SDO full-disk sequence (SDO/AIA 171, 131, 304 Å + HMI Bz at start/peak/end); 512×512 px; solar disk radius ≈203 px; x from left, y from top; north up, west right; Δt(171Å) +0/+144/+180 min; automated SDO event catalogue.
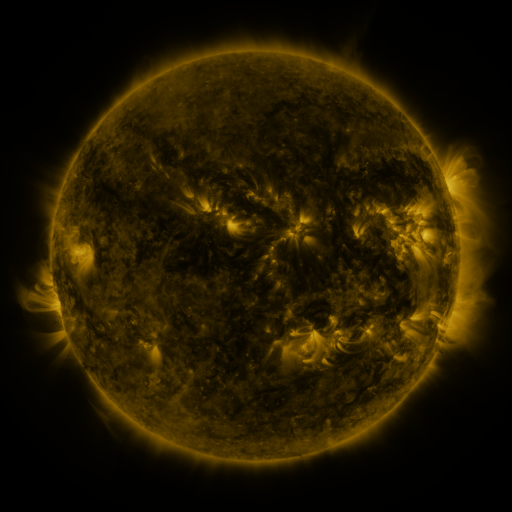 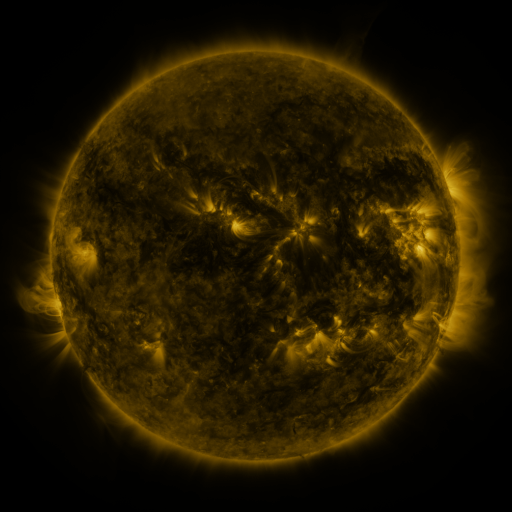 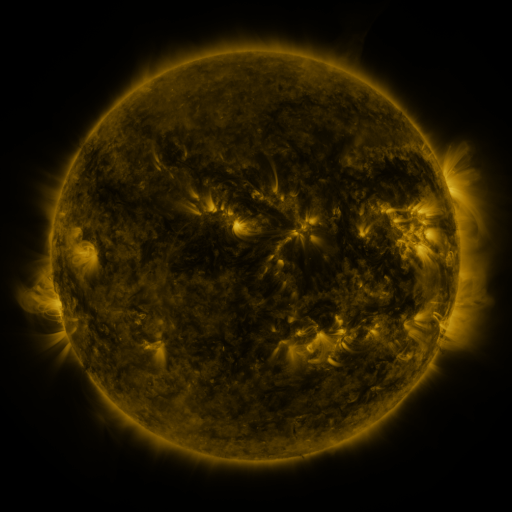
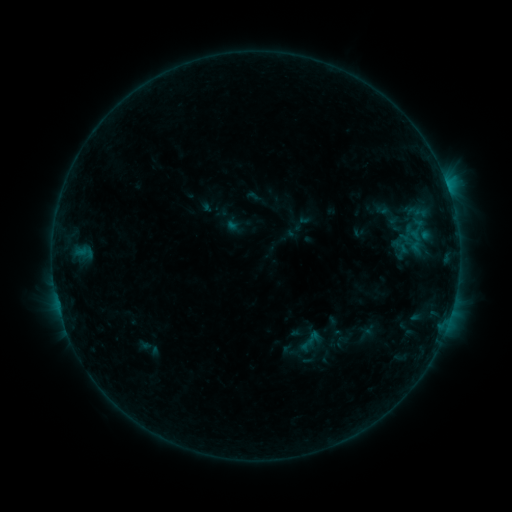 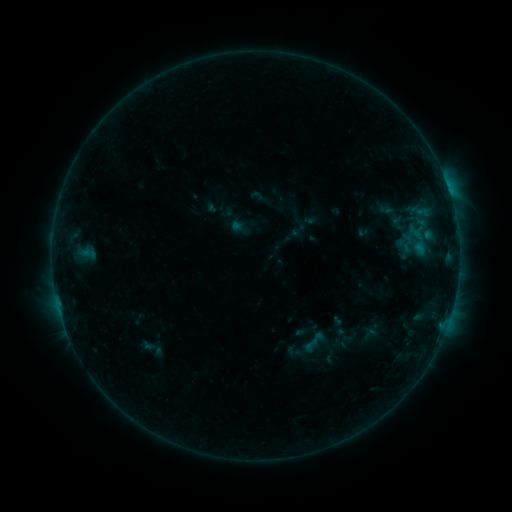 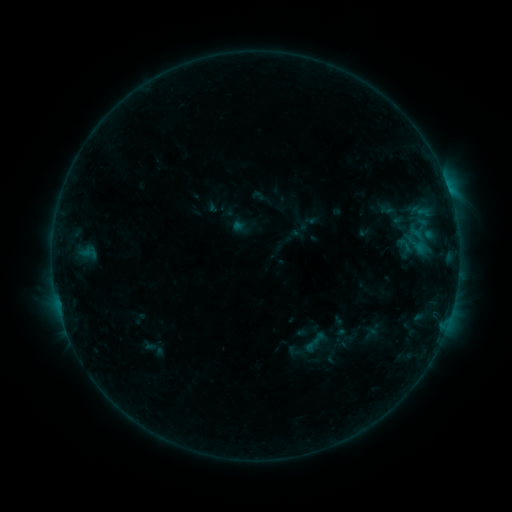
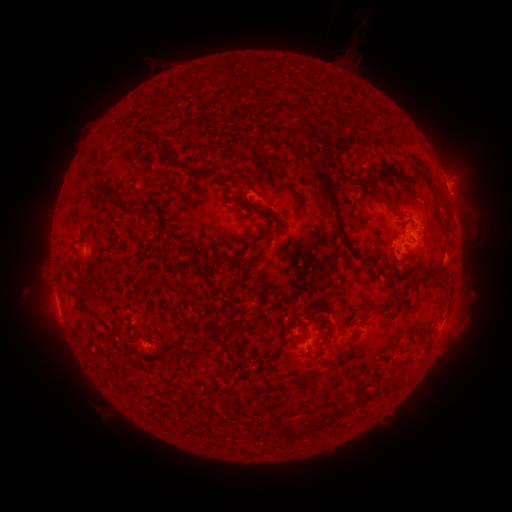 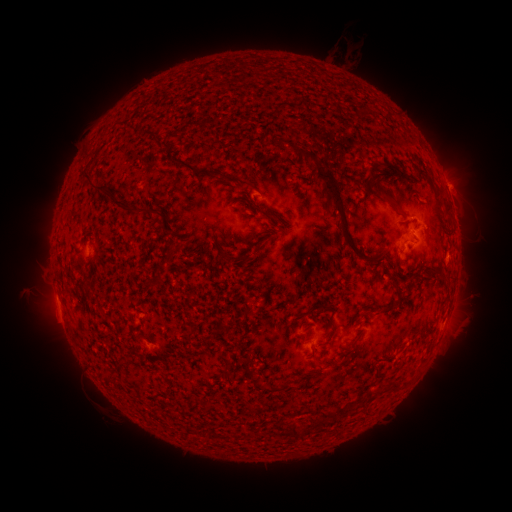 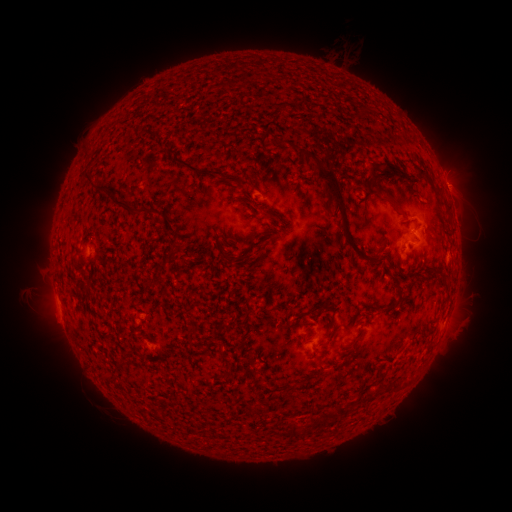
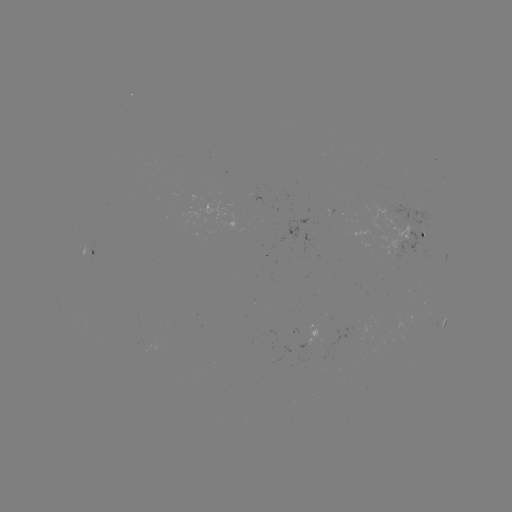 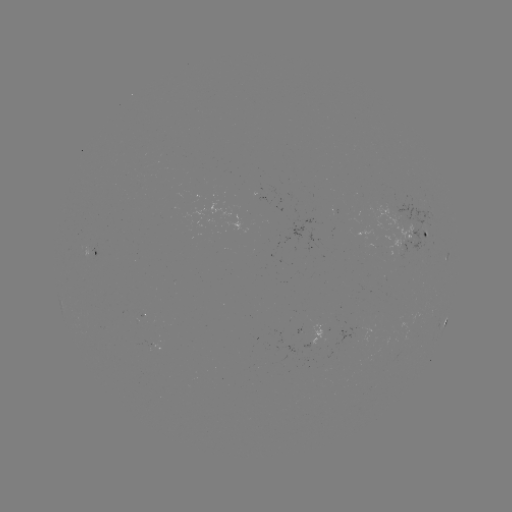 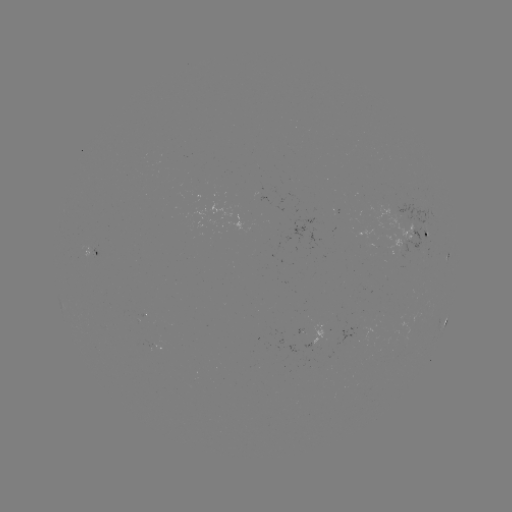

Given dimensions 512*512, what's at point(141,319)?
emerging-flux region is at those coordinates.